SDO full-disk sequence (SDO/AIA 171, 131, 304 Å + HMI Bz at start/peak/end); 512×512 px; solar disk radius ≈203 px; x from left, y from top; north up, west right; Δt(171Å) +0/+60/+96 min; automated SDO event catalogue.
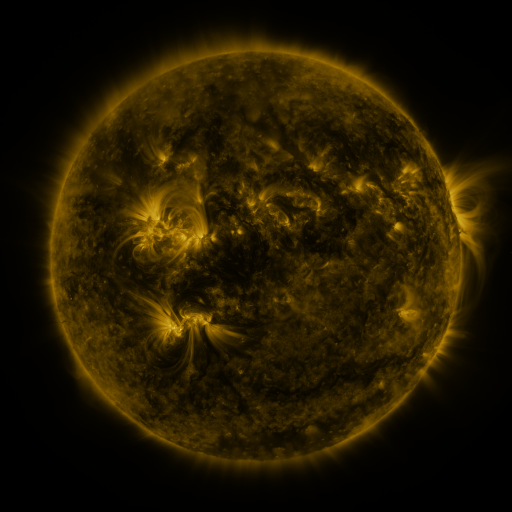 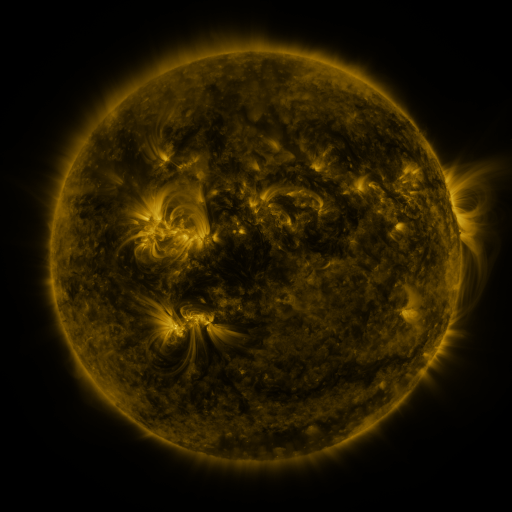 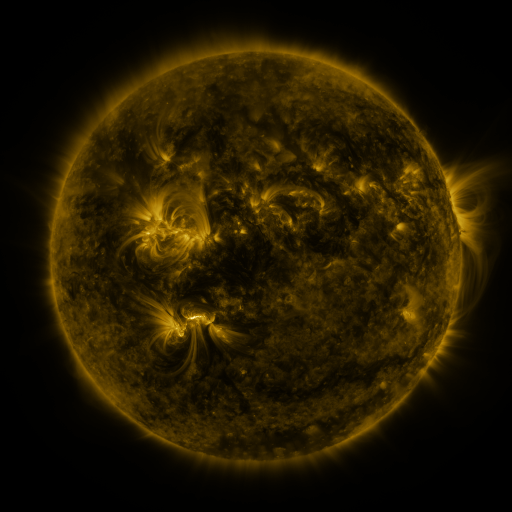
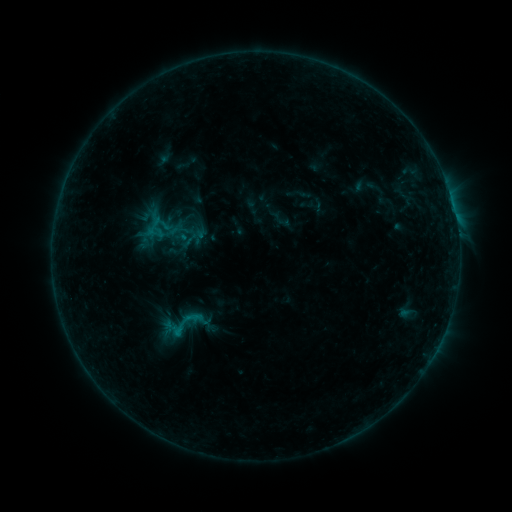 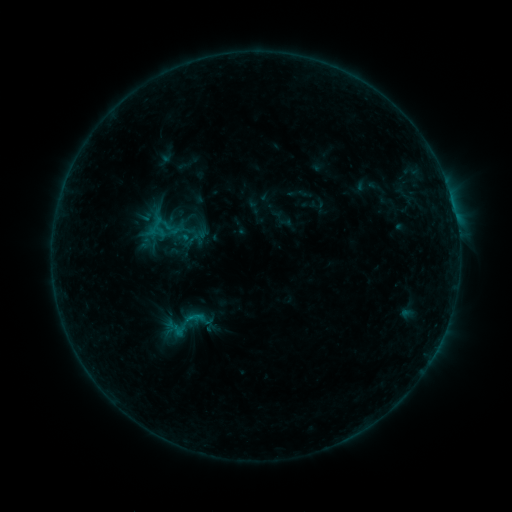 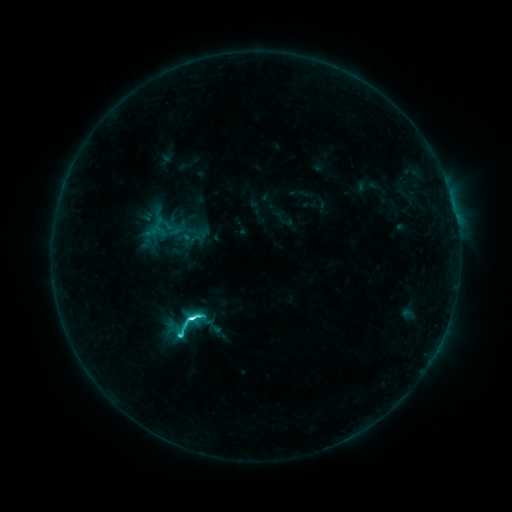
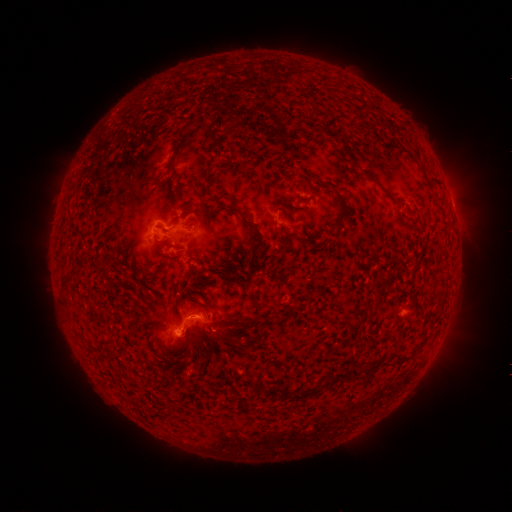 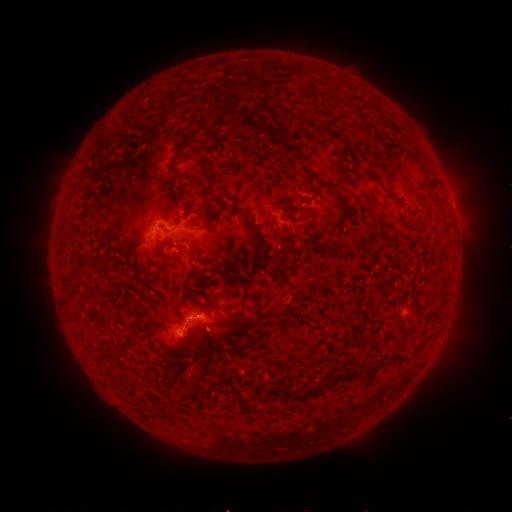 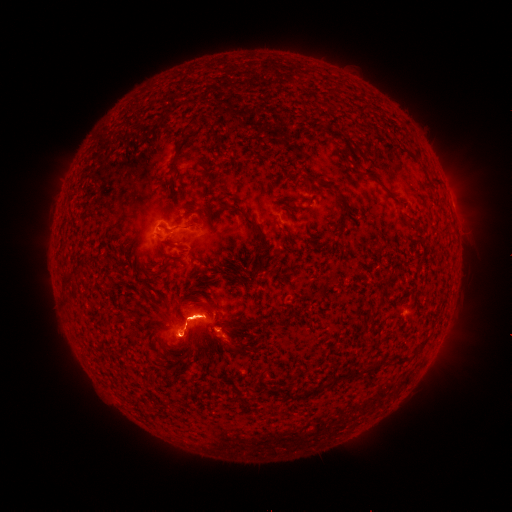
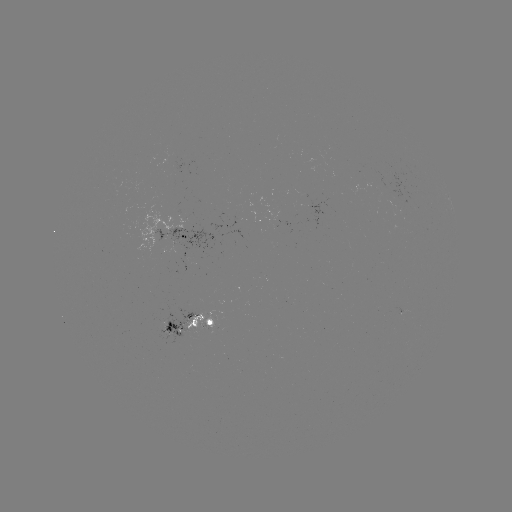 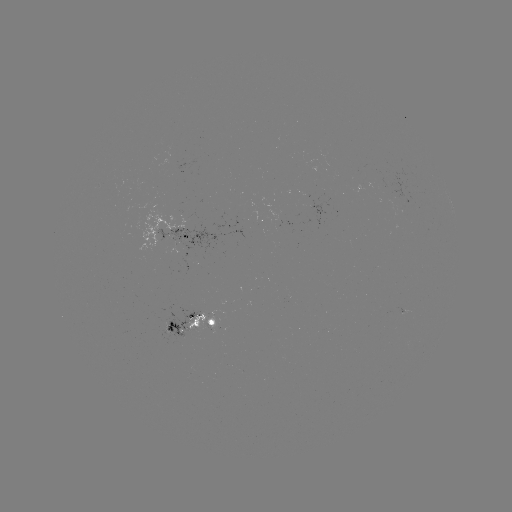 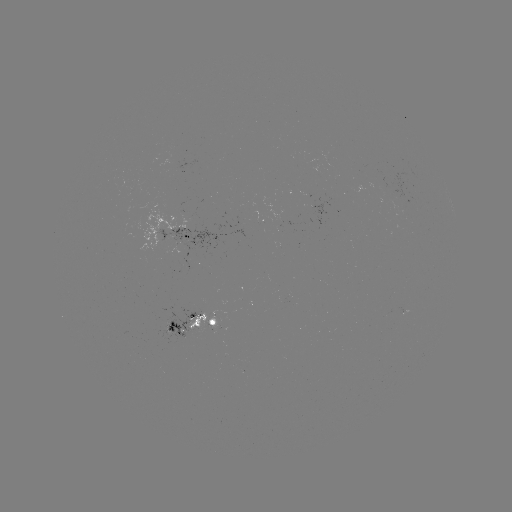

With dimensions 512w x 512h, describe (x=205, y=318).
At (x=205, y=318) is emerging-flux region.